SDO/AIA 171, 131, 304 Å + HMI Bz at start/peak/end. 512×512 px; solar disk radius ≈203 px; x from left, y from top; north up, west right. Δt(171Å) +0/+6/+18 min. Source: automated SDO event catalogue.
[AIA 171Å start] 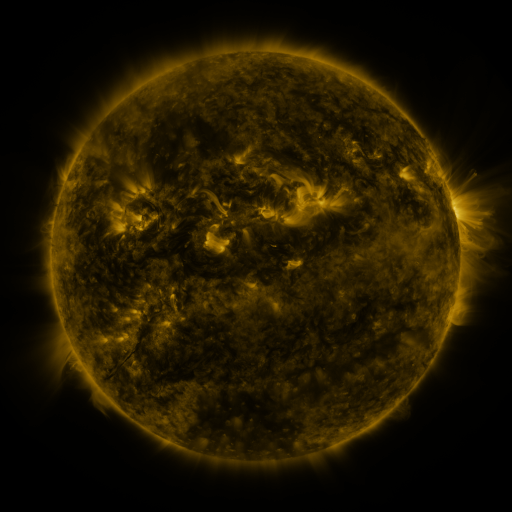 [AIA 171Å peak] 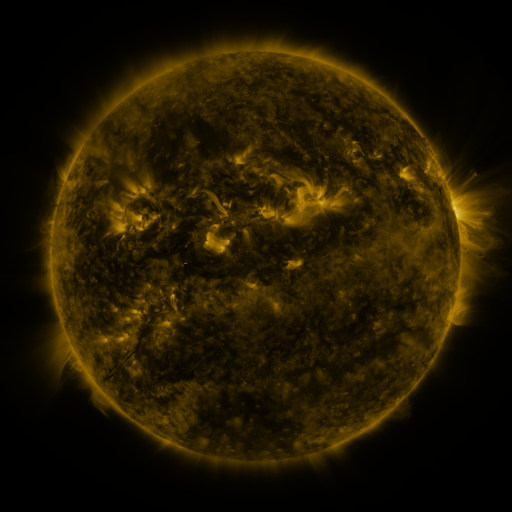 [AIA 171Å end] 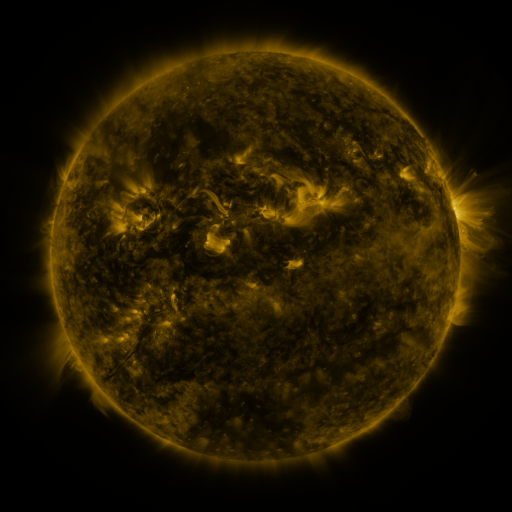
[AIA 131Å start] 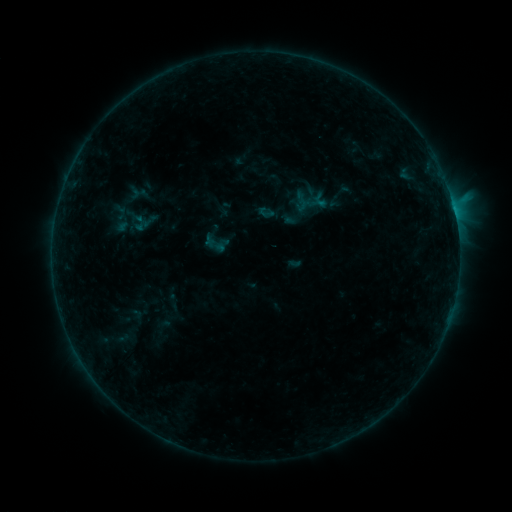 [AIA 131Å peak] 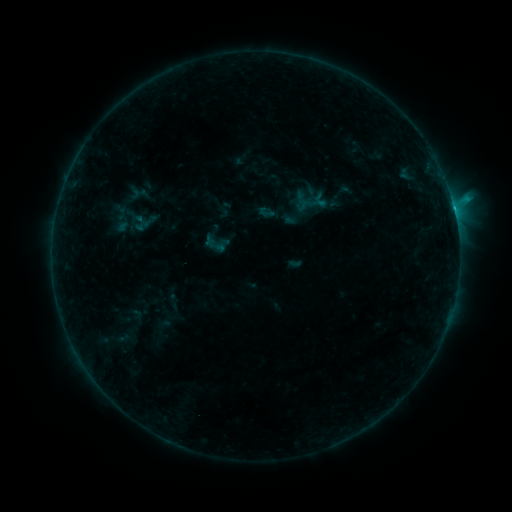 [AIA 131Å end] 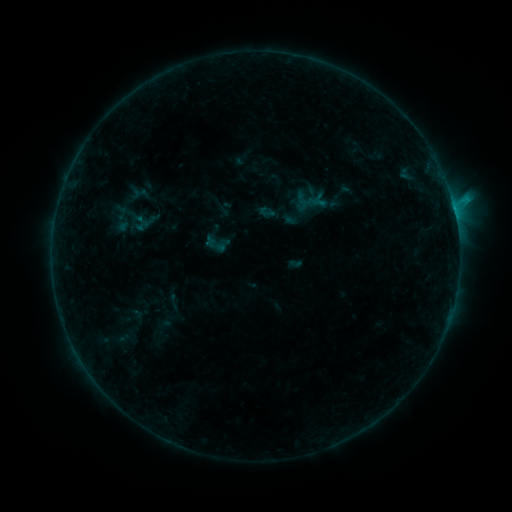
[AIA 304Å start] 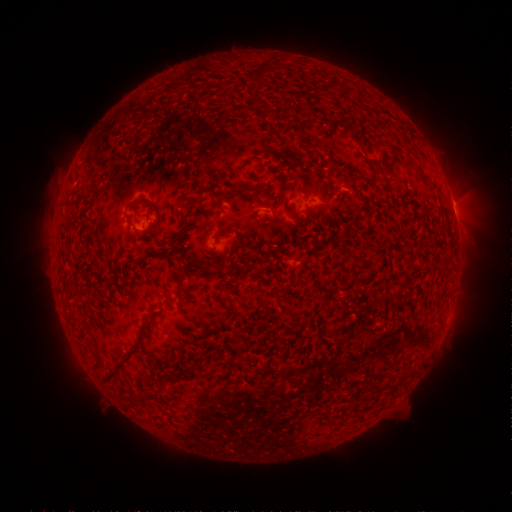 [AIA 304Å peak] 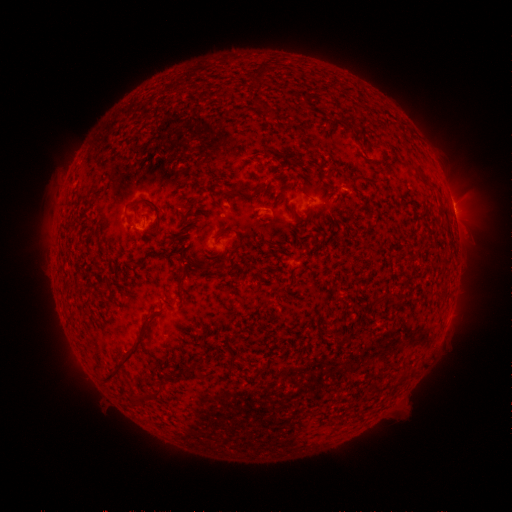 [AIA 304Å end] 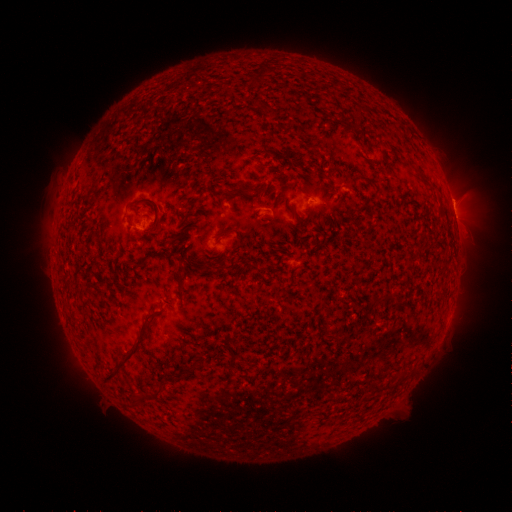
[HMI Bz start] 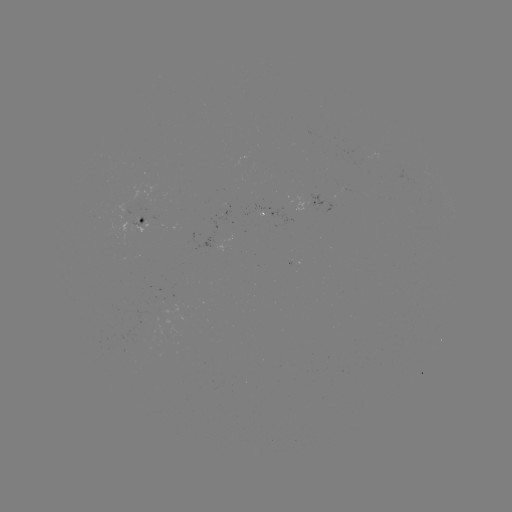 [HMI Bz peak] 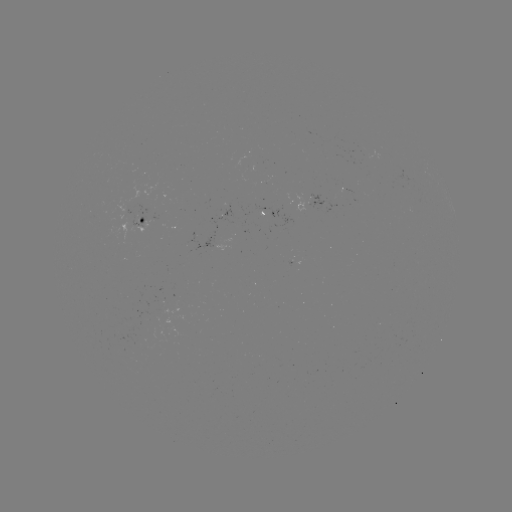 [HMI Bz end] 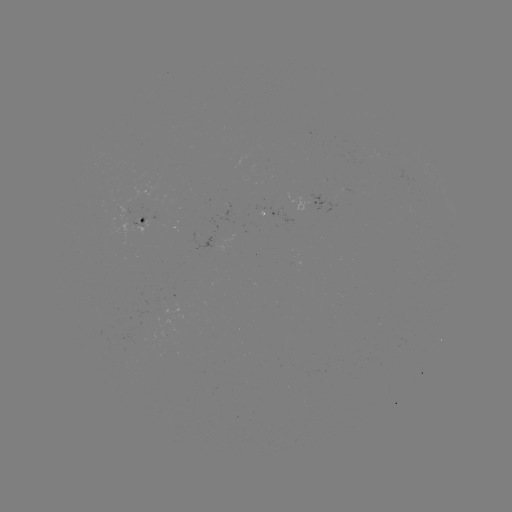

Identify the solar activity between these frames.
C1.0 flare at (453, 209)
